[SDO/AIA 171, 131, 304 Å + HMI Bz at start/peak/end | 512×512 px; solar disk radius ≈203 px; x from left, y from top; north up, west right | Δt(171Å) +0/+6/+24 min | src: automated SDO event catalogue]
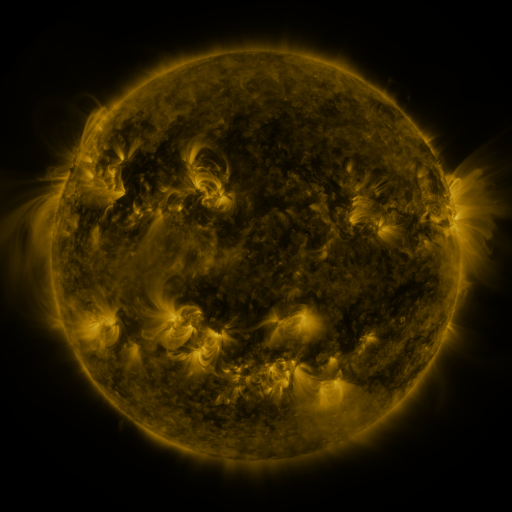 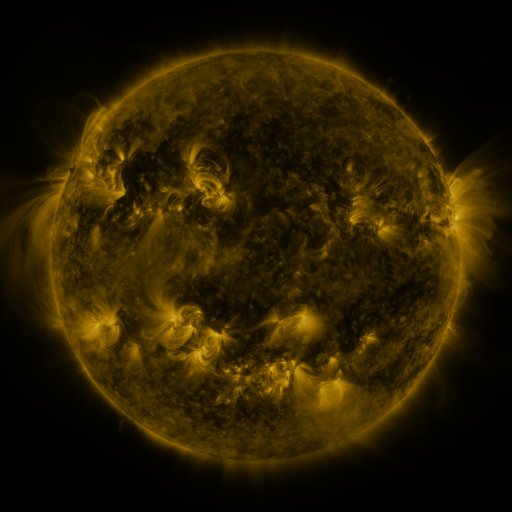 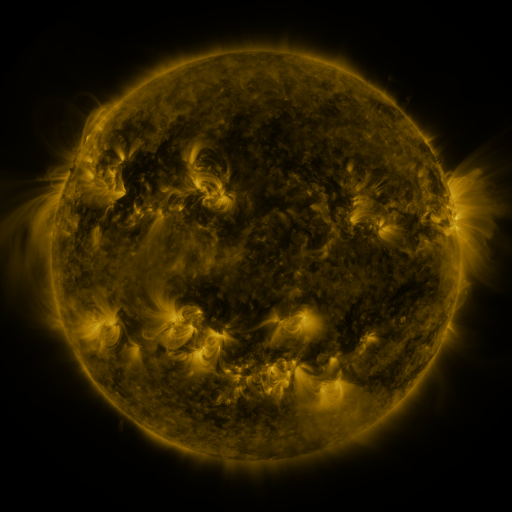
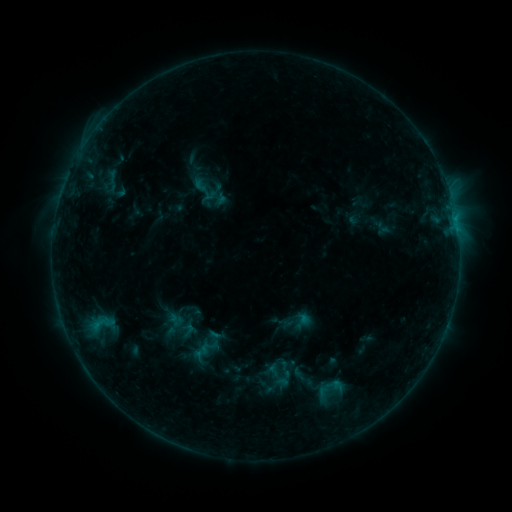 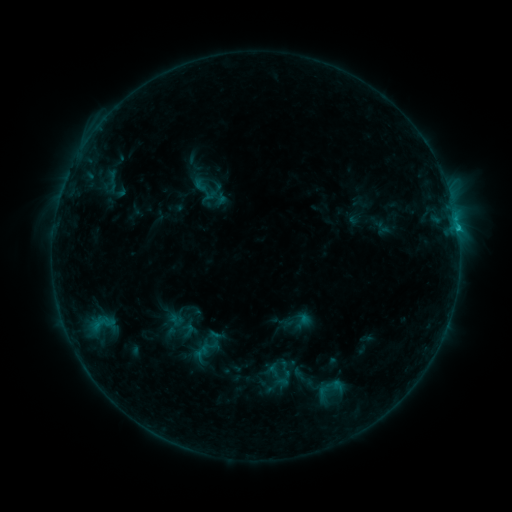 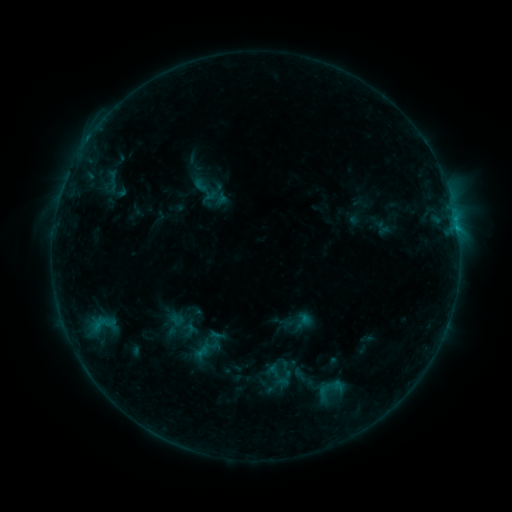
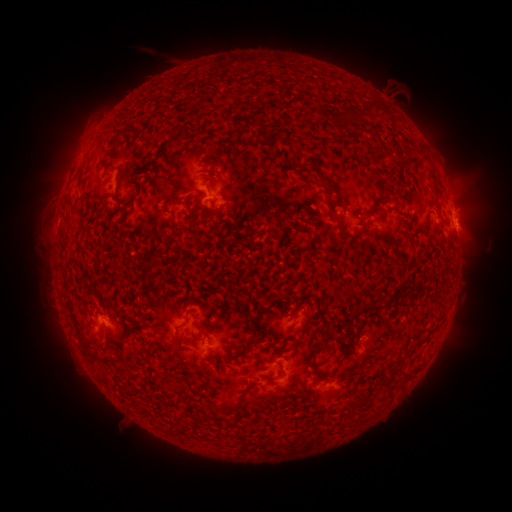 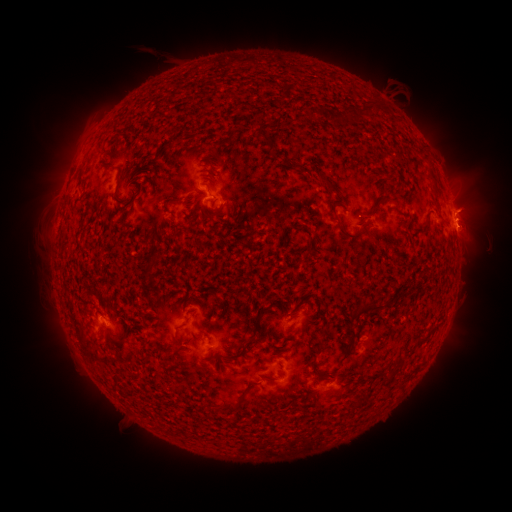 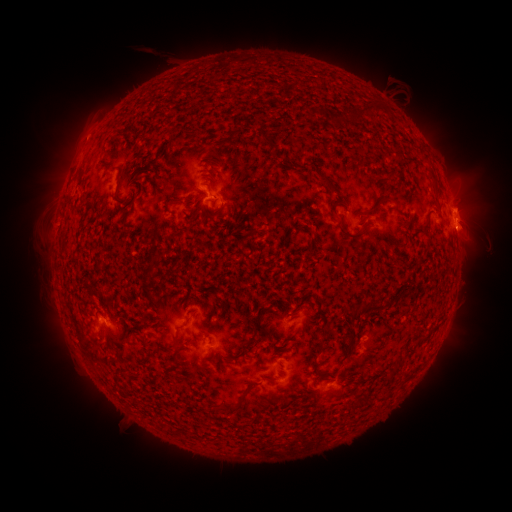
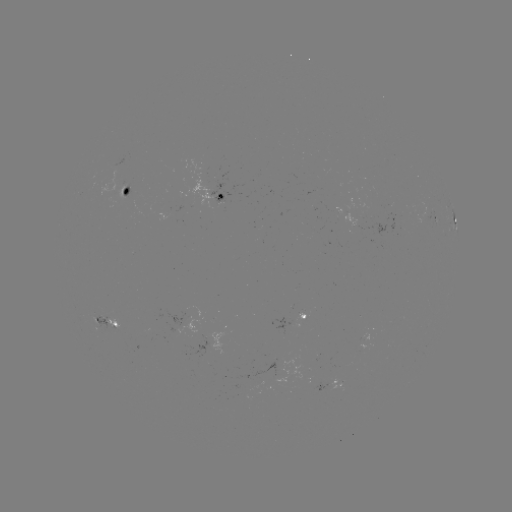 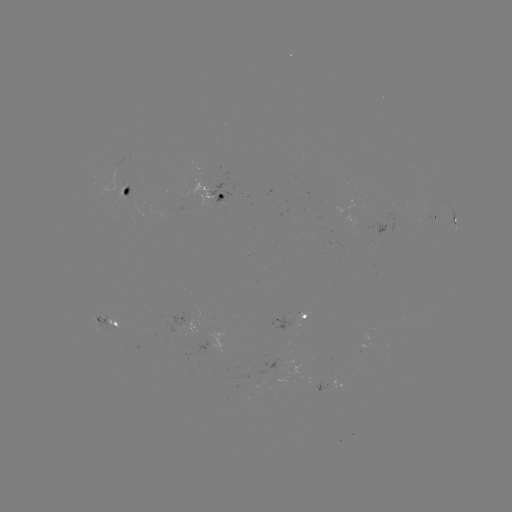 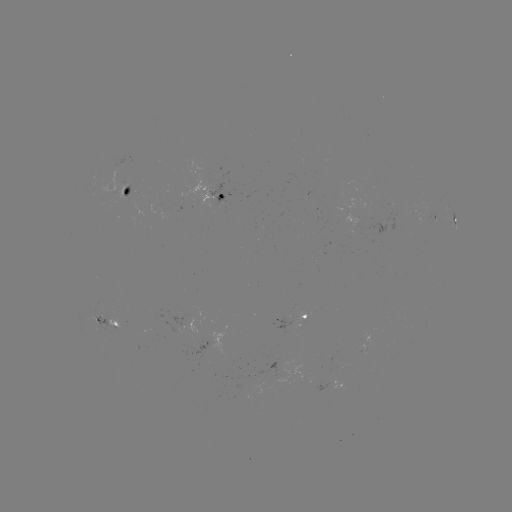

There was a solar flare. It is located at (457, 231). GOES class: B9.1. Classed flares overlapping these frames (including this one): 1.